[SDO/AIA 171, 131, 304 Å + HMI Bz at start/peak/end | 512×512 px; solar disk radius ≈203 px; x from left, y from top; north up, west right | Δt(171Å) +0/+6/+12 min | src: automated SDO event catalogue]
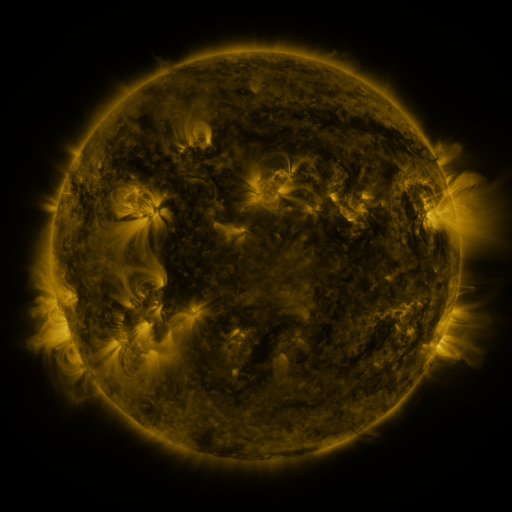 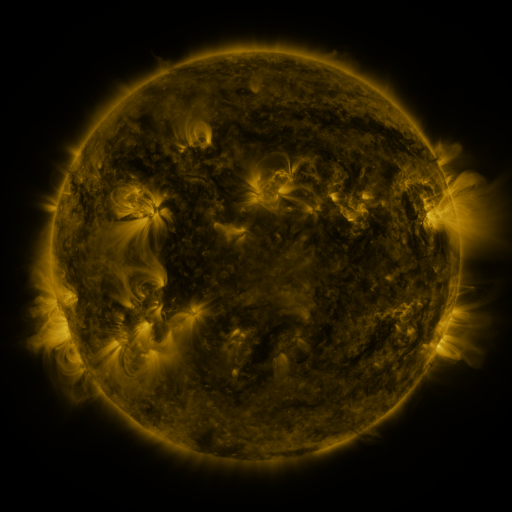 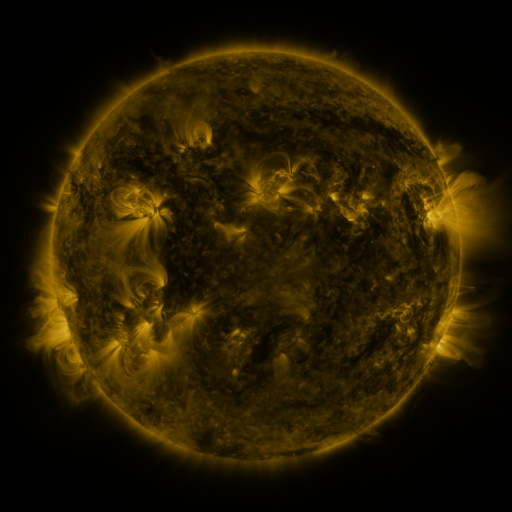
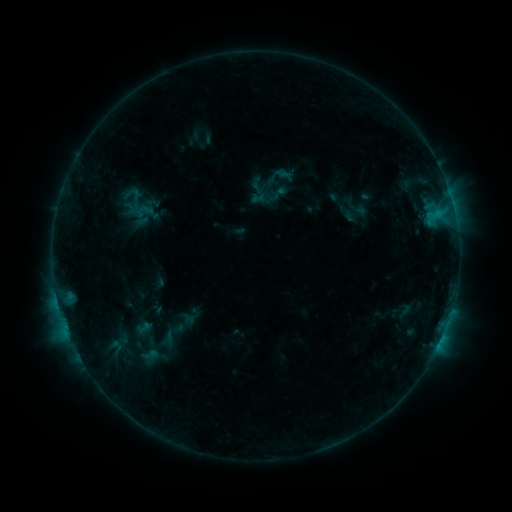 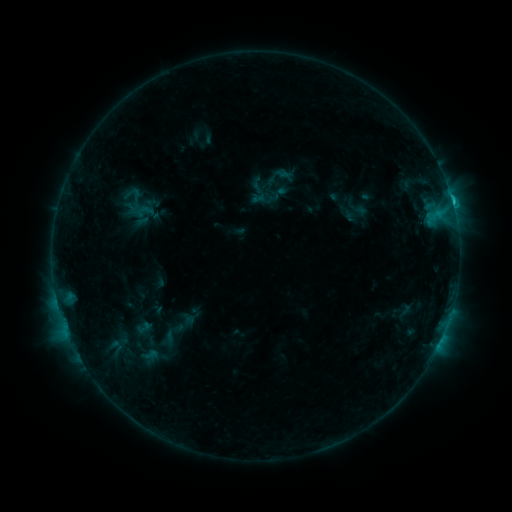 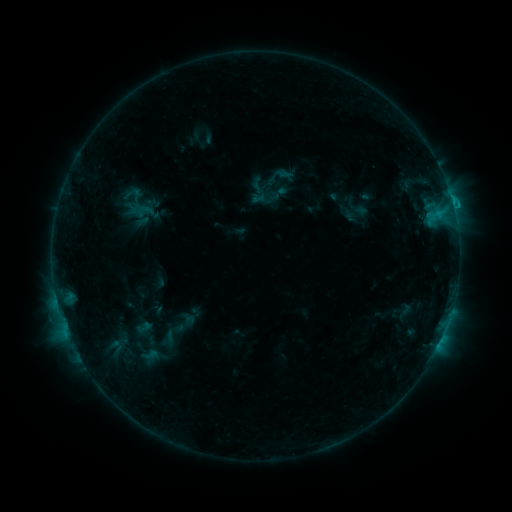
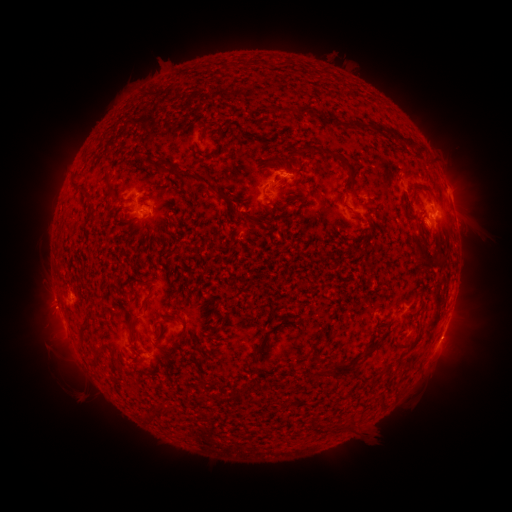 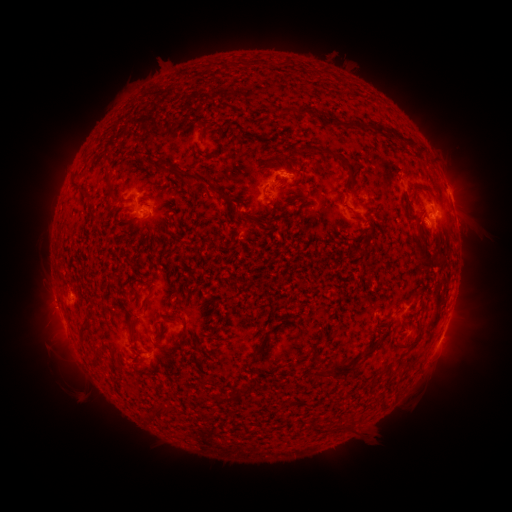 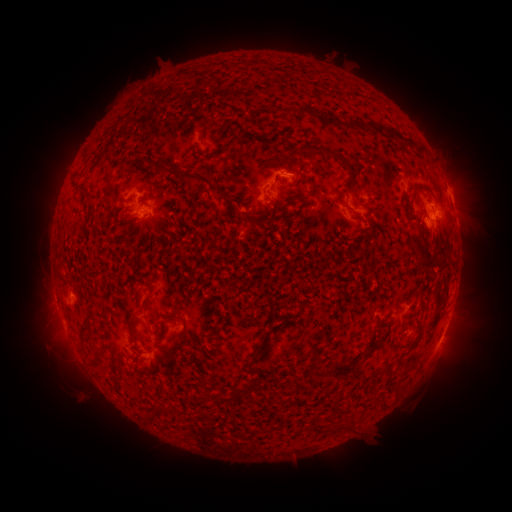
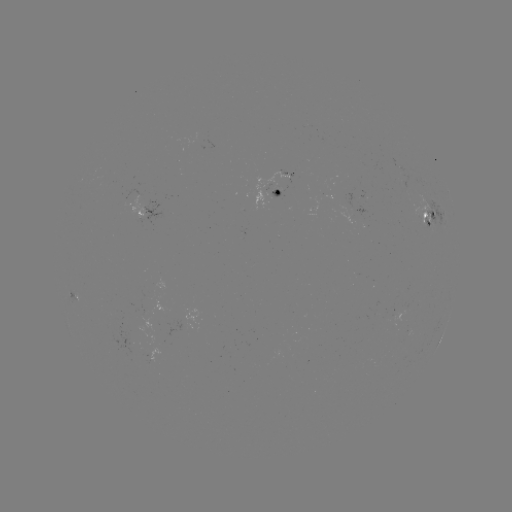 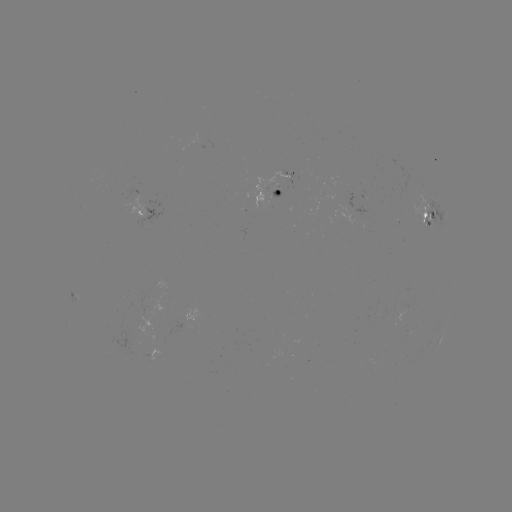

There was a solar flare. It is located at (452, 203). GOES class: C1.1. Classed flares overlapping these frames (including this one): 1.